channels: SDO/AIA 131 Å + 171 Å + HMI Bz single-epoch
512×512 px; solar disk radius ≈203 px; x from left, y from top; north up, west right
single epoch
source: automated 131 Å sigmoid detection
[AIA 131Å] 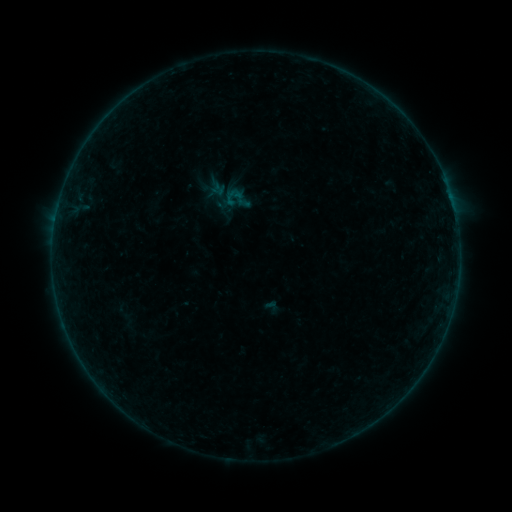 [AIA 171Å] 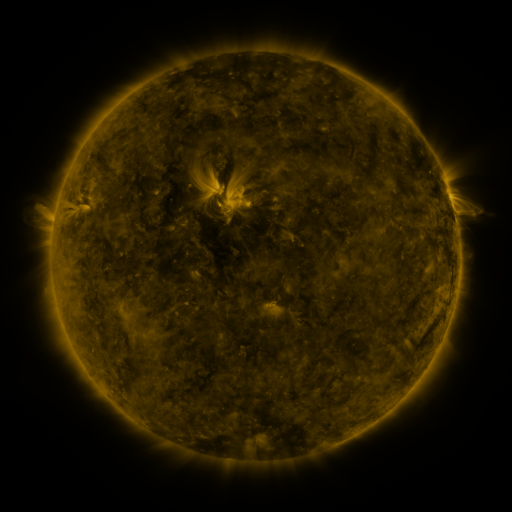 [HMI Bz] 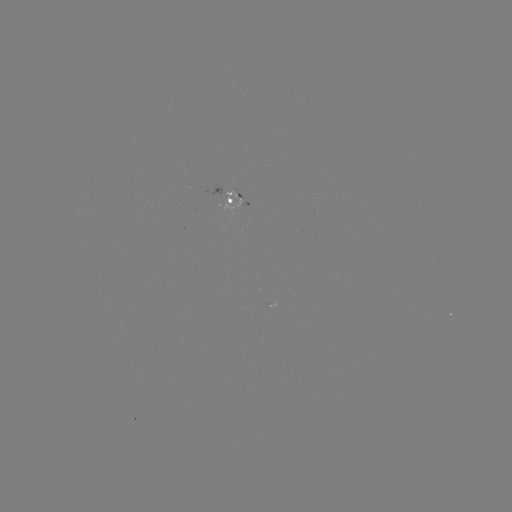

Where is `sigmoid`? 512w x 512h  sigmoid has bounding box [222, 184, 251, 214].